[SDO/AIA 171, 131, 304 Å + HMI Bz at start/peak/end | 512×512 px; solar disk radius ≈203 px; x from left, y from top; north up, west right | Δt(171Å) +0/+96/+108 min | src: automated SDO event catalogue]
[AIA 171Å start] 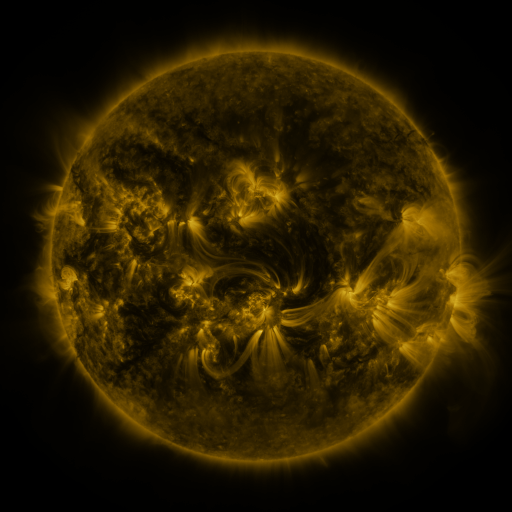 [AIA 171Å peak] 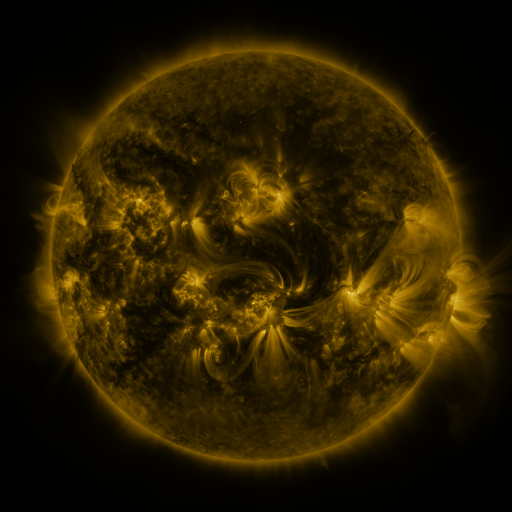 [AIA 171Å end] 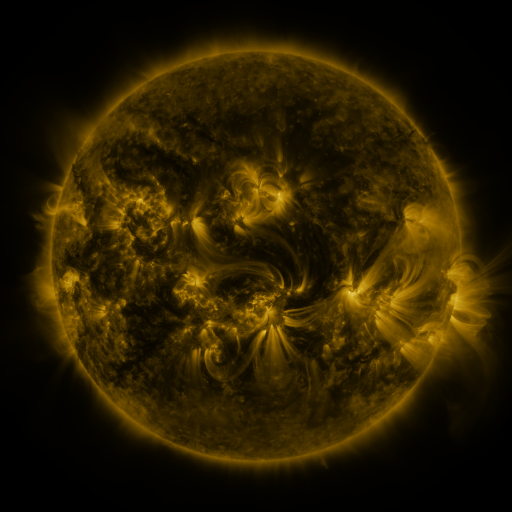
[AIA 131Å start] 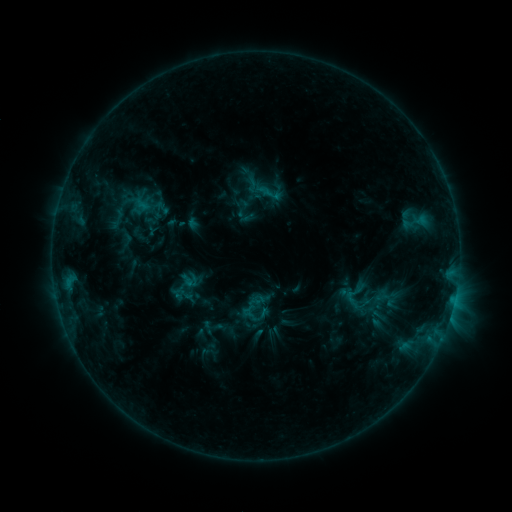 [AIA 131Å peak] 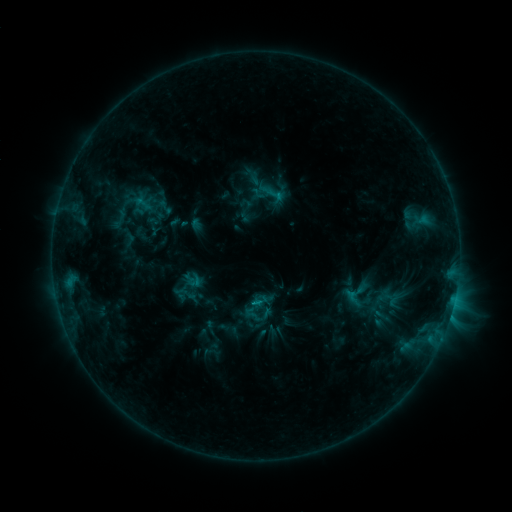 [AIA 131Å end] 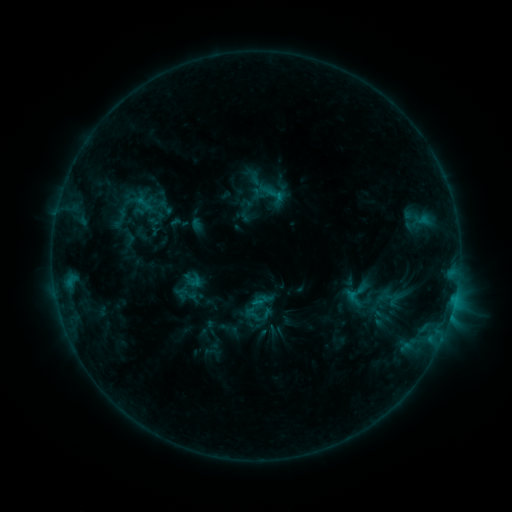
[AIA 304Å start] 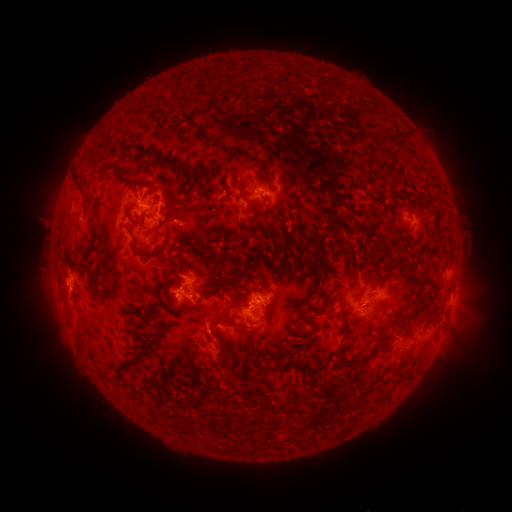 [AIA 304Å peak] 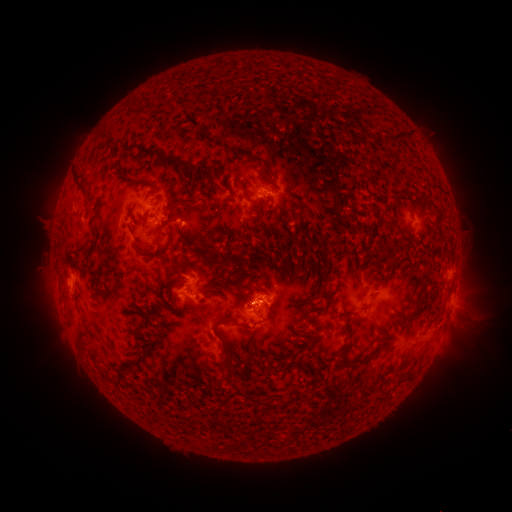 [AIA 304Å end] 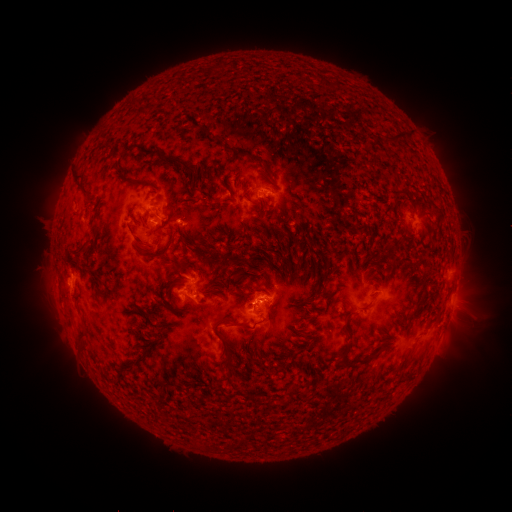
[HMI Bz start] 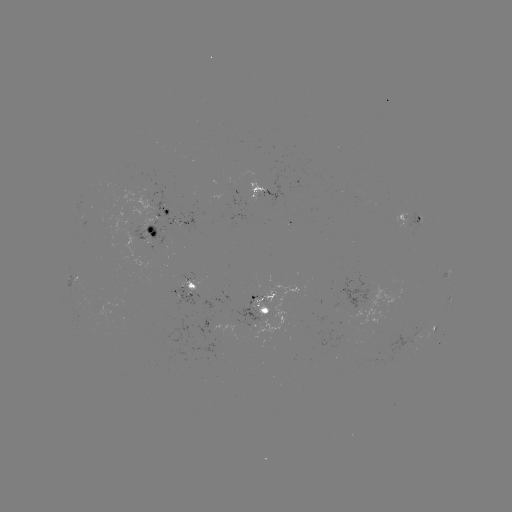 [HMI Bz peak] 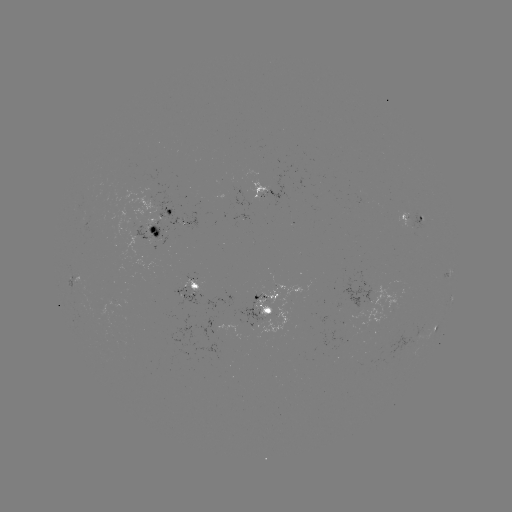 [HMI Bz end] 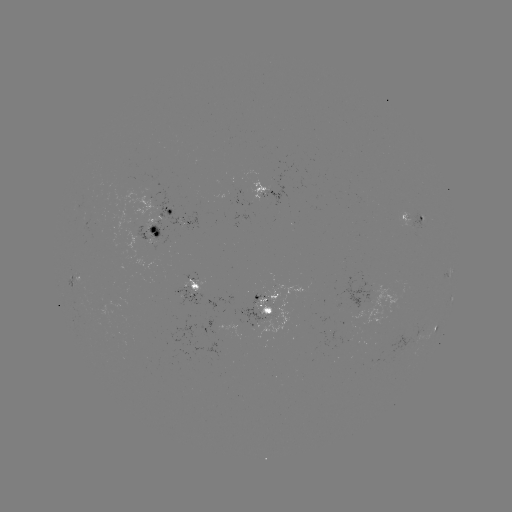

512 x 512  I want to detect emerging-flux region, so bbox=[254, 299, 271, 317].